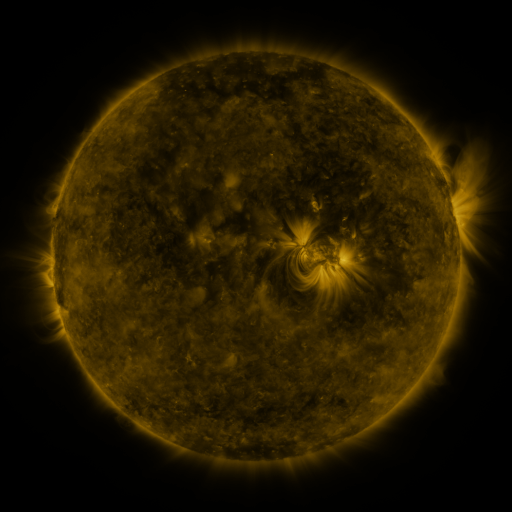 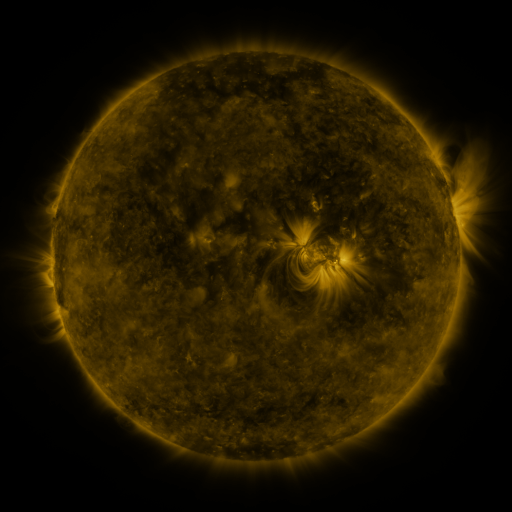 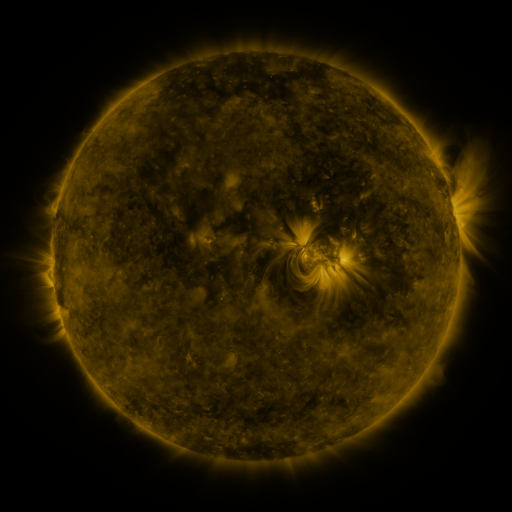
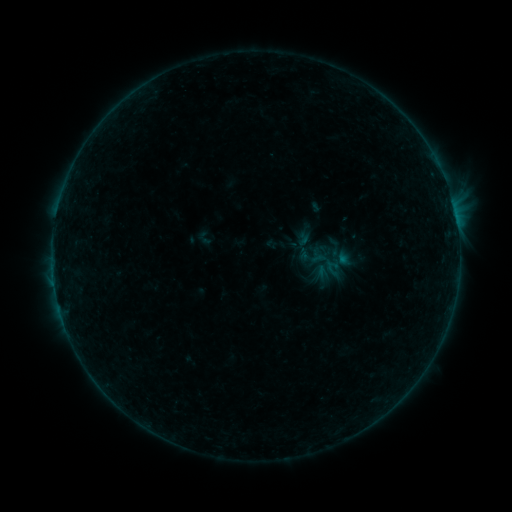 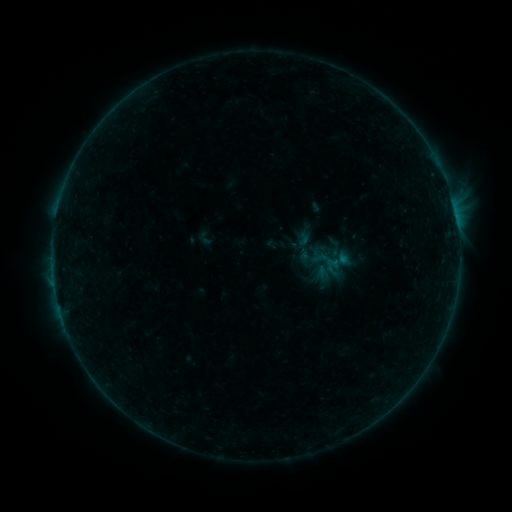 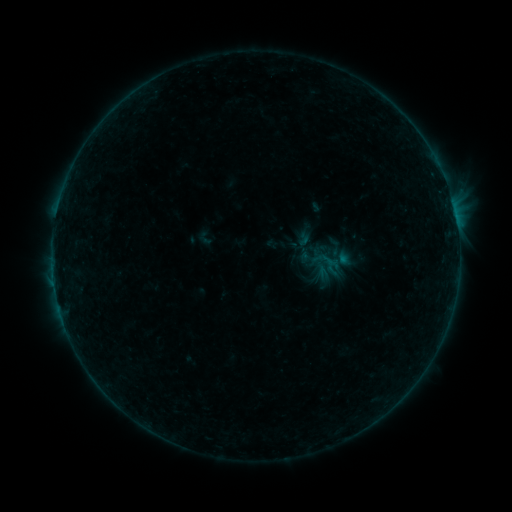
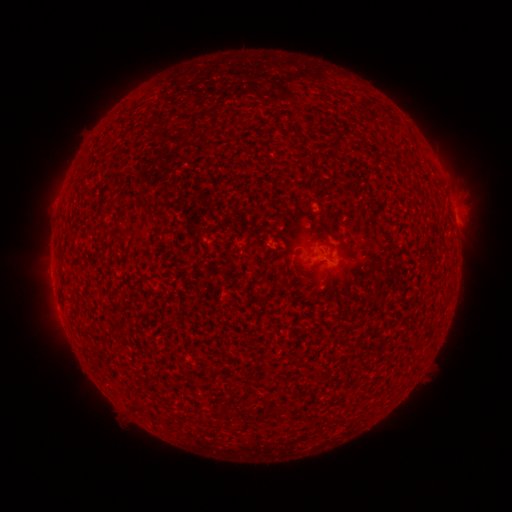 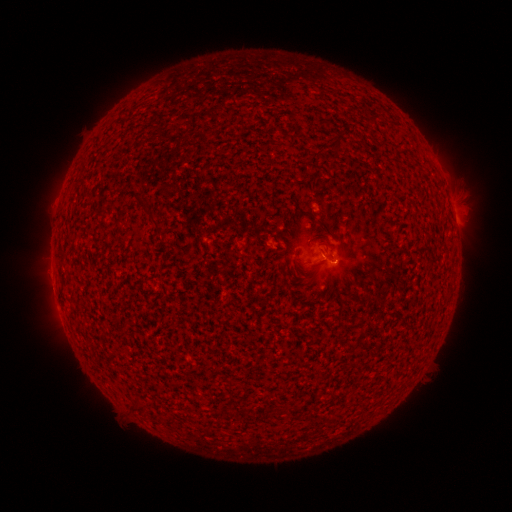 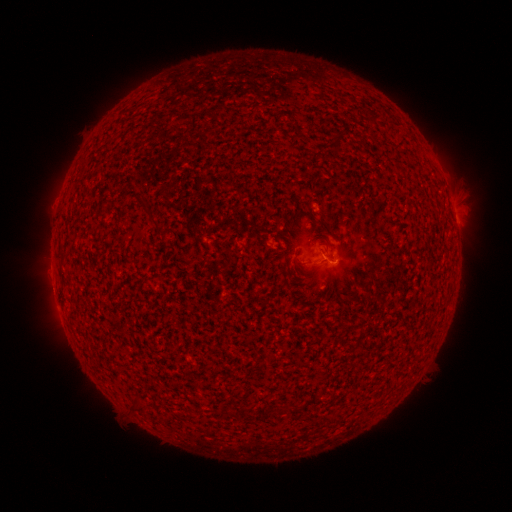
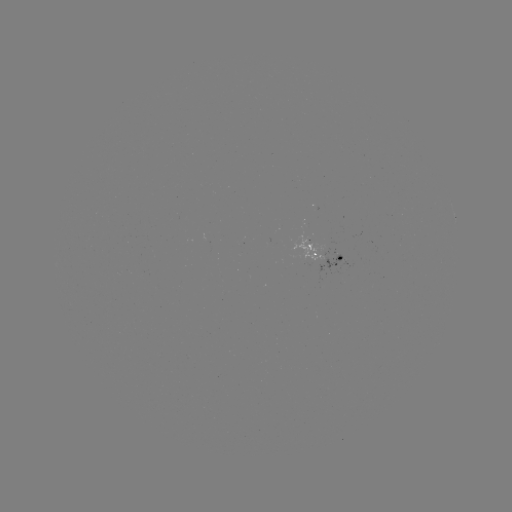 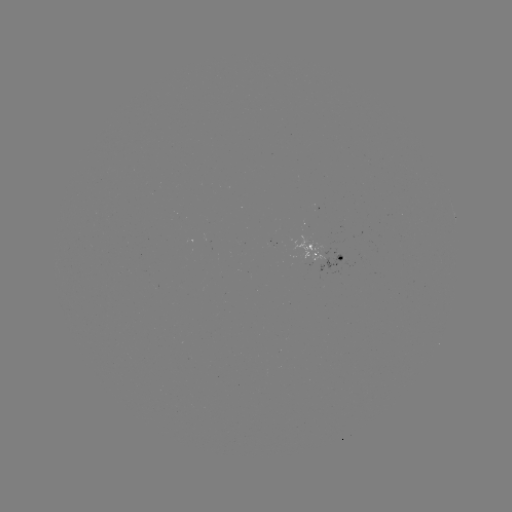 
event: flare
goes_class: B1.6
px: (328, 261)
